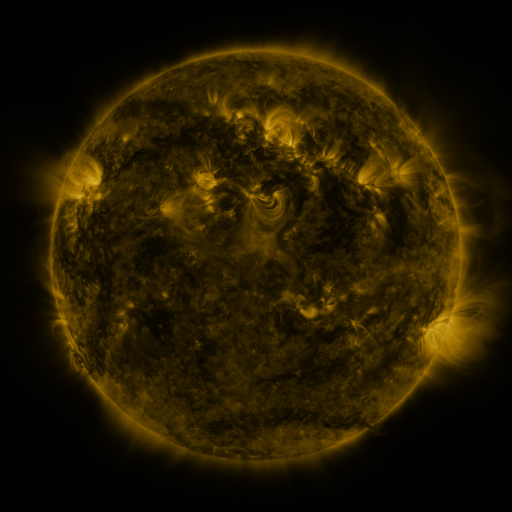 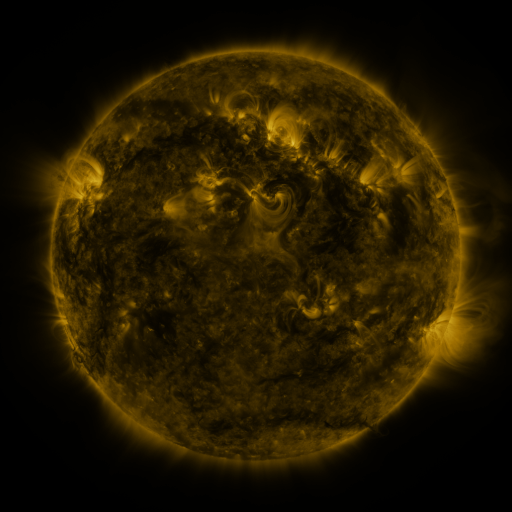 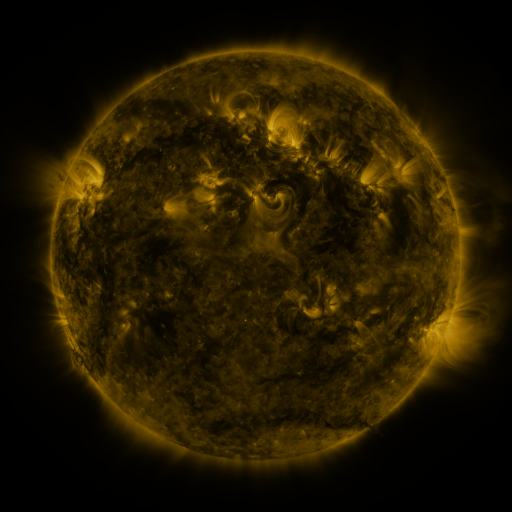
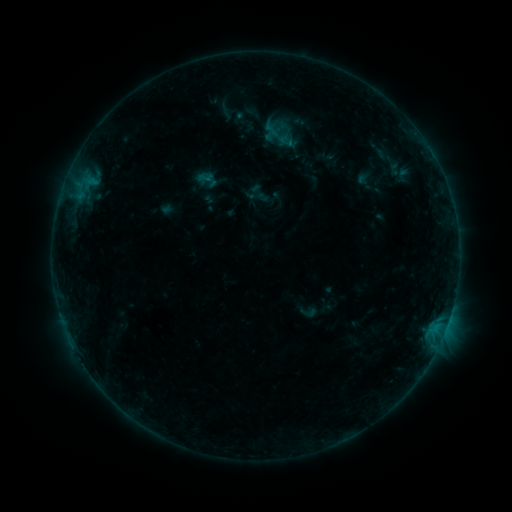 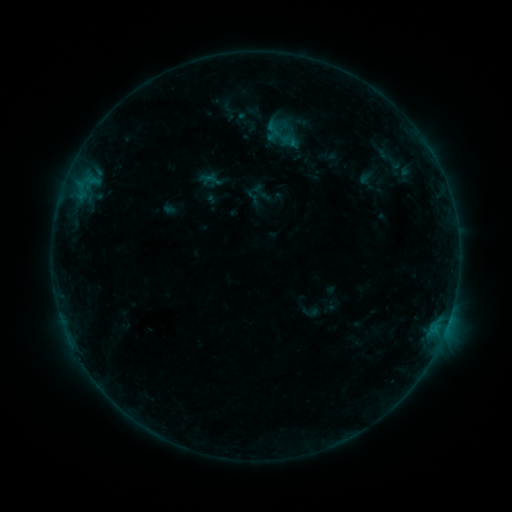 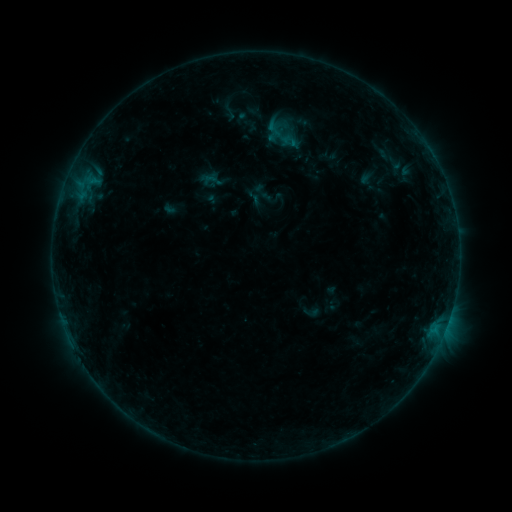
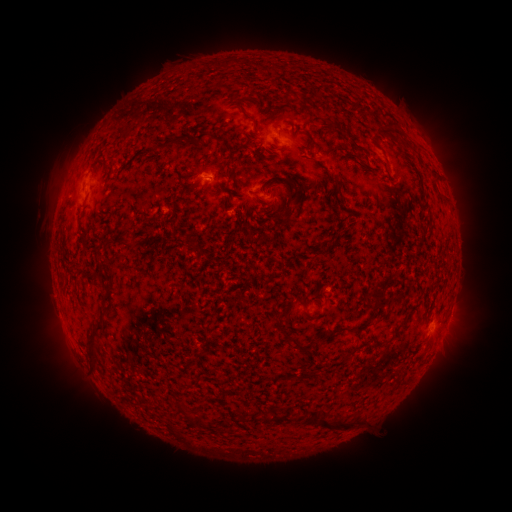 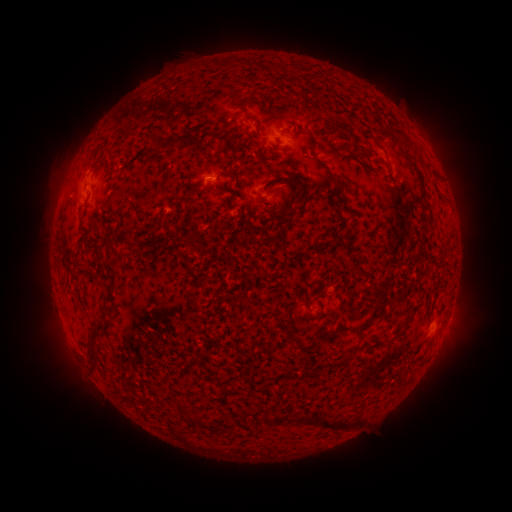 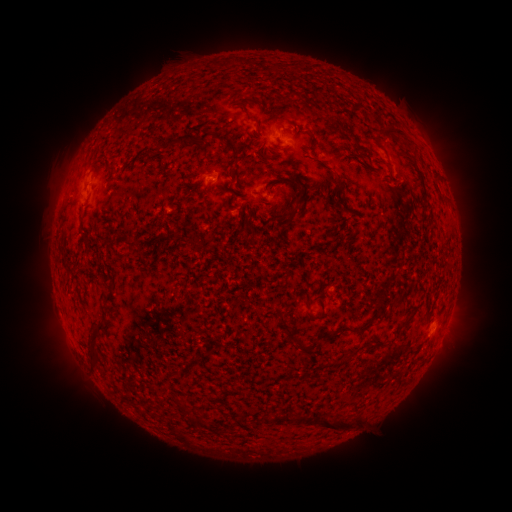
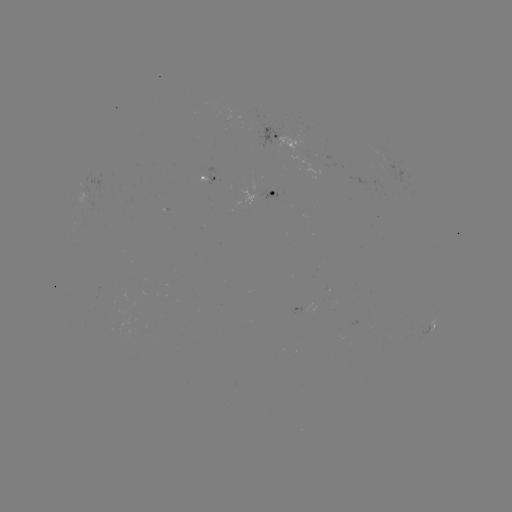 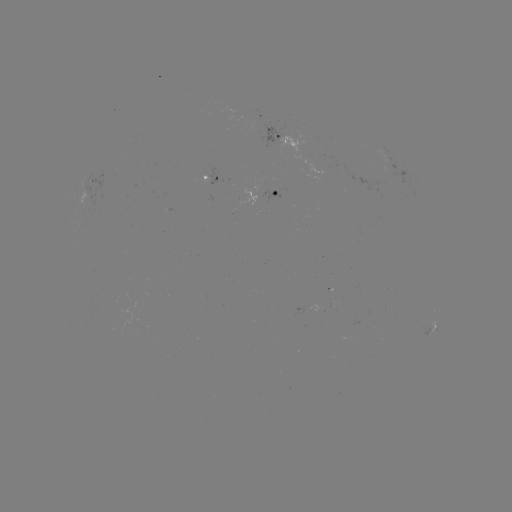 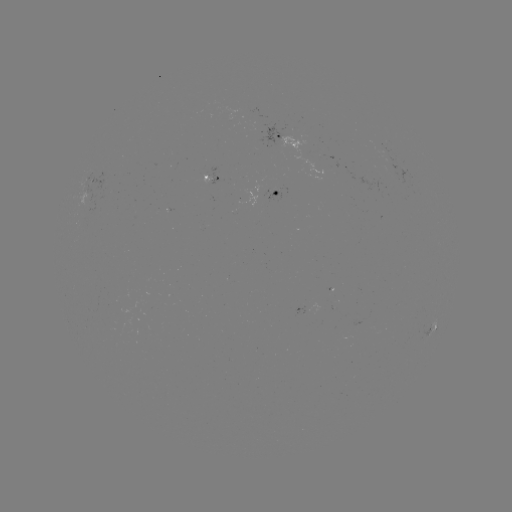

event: emerging-flux region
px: (275, 192)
